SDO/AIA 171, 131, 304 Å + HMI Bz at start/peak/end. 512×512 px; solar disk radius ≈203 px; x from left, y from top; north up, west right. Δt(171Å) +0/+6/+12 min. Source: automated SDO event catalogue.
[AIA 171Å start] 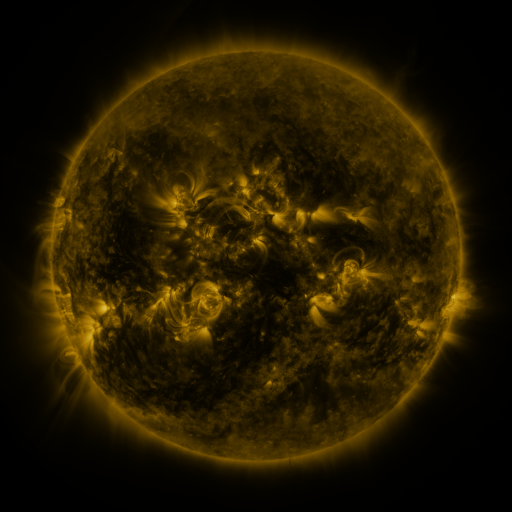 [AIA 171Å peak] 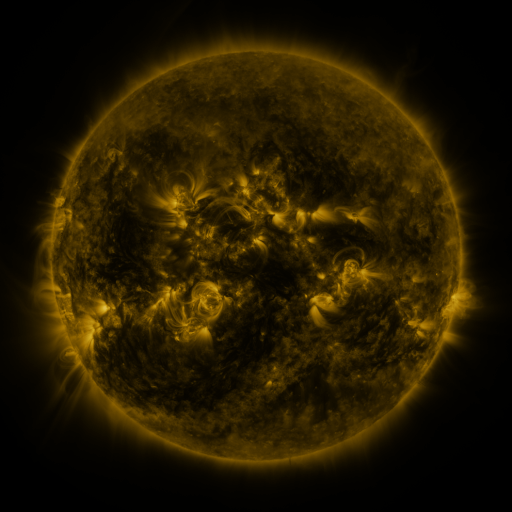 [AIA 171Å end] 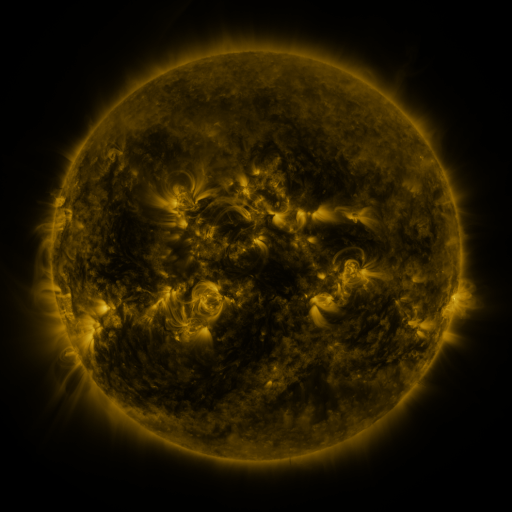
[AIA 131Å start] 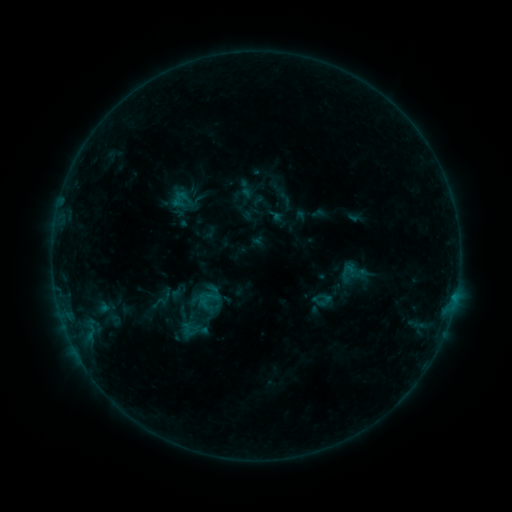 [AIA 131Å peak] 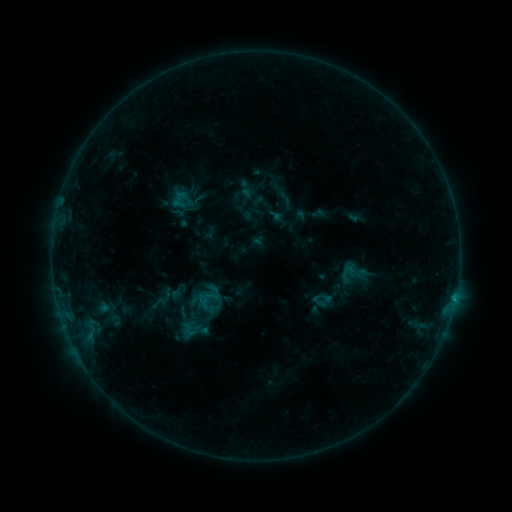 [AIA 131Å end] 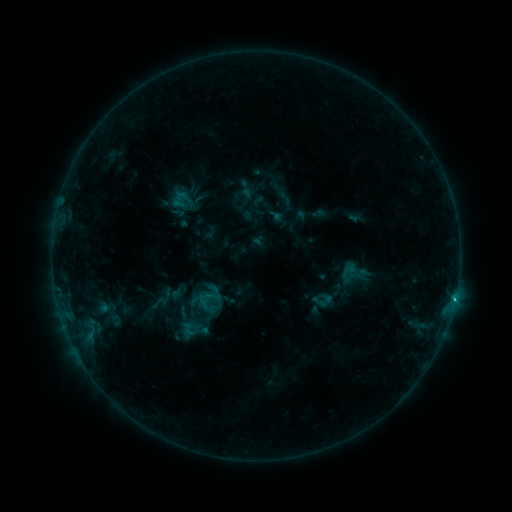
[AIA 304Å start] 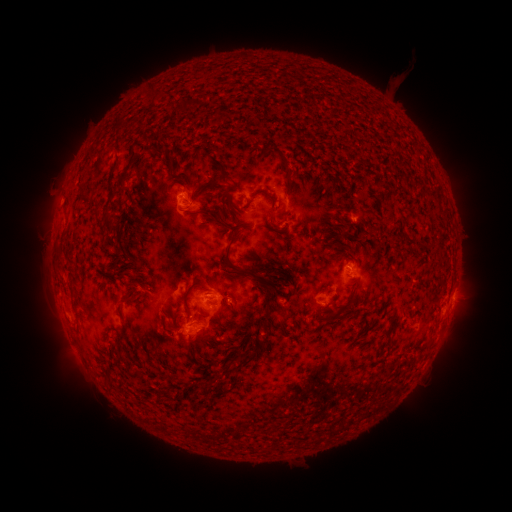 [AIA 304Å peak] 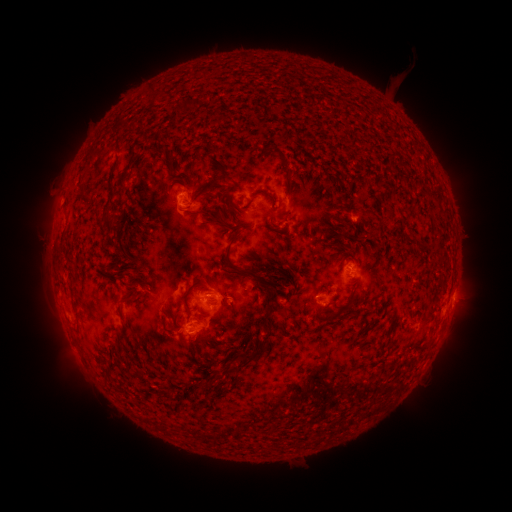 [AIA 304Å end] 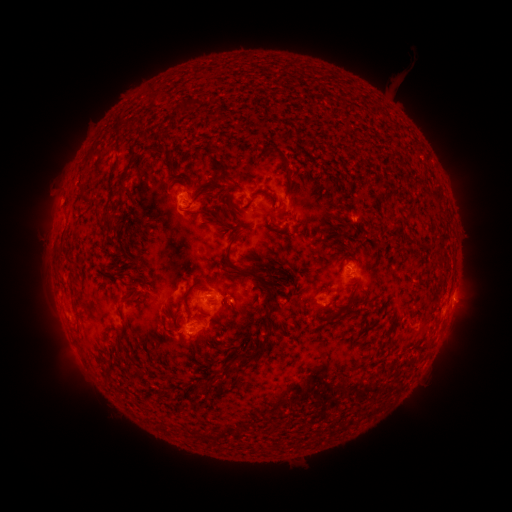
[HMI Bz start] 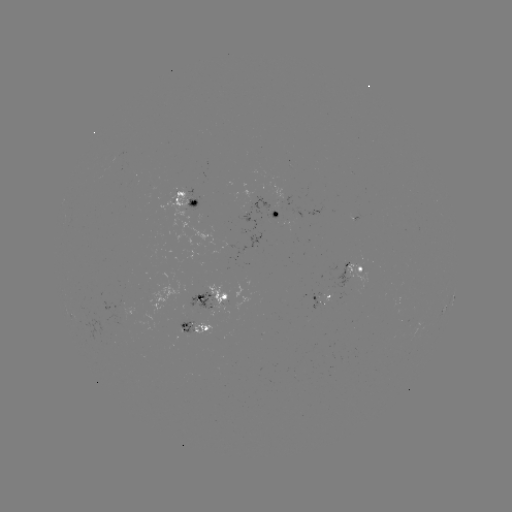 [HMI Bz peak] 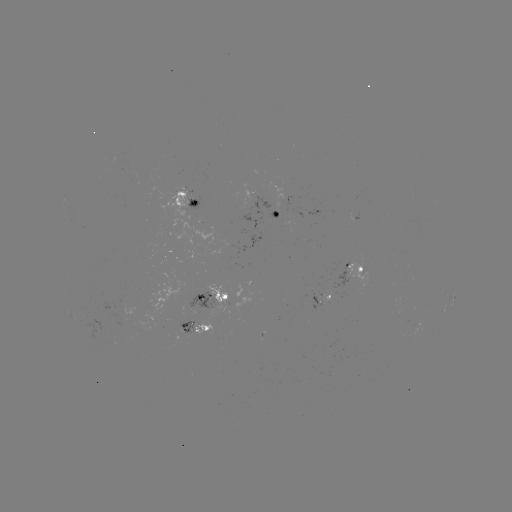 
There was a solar flare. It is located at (454, 298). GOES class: C1.1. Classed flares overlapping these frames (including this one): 1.